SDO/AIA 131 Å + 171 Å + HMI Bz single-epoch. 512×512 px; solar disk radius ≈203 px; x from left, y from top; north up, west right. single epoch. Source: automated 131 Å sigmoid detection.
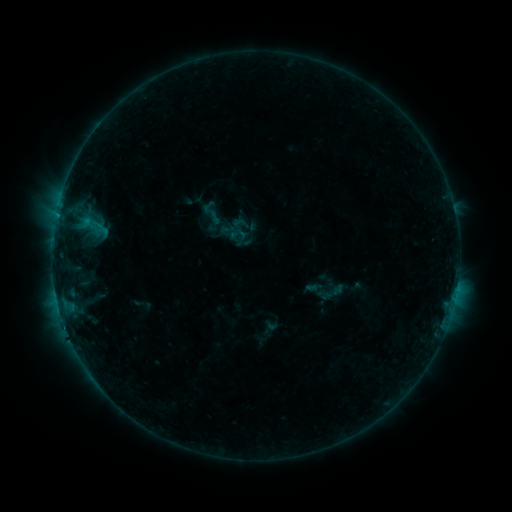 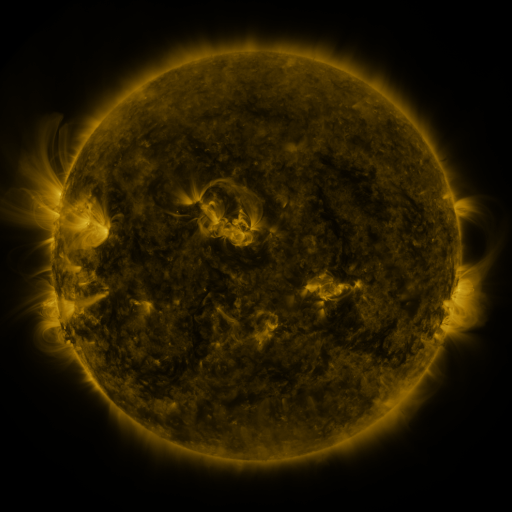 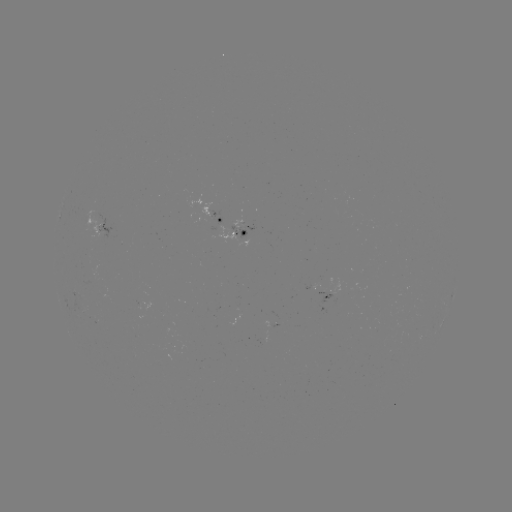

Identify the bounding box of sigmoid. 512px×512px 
[201, 203, 219, 221].